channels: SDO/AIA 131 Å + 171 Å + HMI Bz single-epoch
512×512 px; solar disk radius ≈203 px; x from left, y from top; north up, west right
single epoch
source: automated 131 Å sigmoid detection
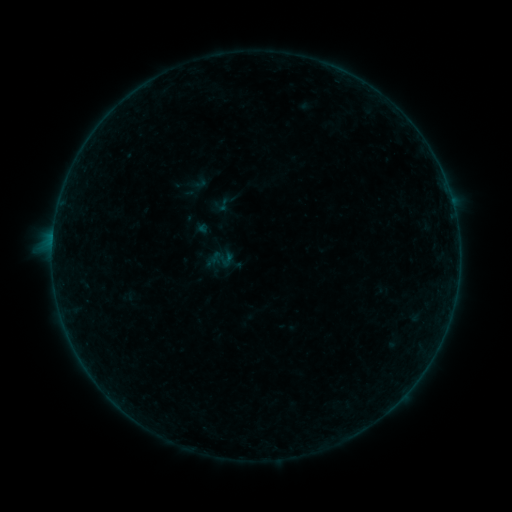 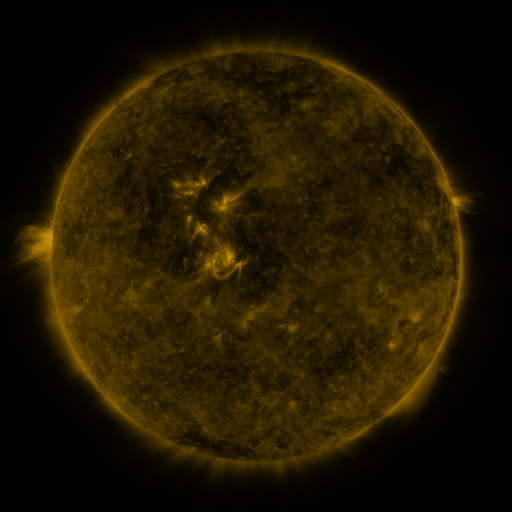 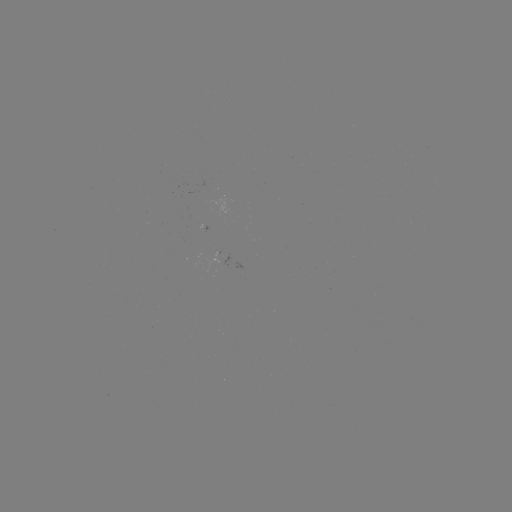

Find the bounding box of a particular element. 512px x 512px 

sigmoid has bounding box [209, 192, 233, 217].